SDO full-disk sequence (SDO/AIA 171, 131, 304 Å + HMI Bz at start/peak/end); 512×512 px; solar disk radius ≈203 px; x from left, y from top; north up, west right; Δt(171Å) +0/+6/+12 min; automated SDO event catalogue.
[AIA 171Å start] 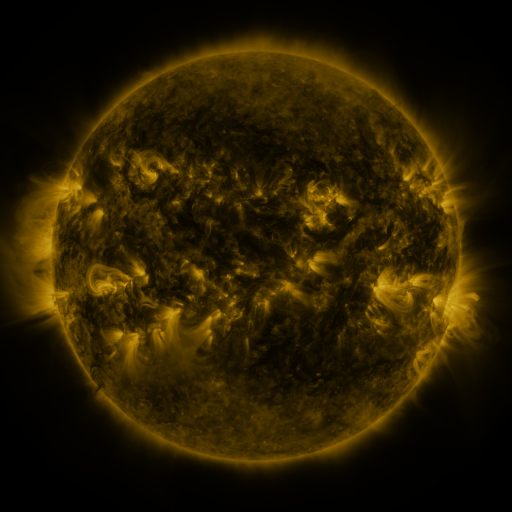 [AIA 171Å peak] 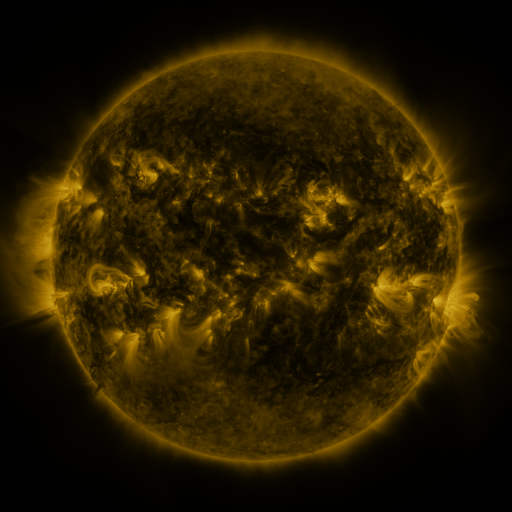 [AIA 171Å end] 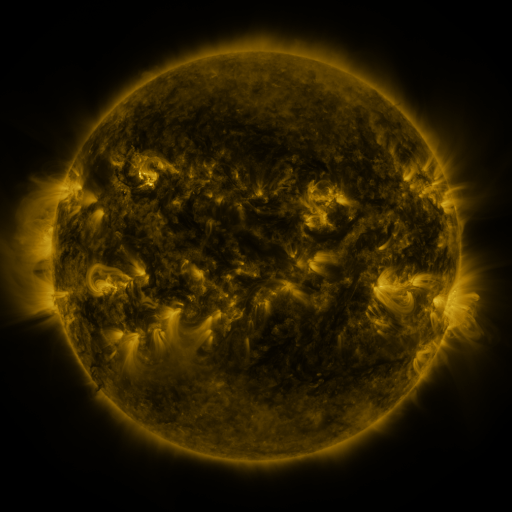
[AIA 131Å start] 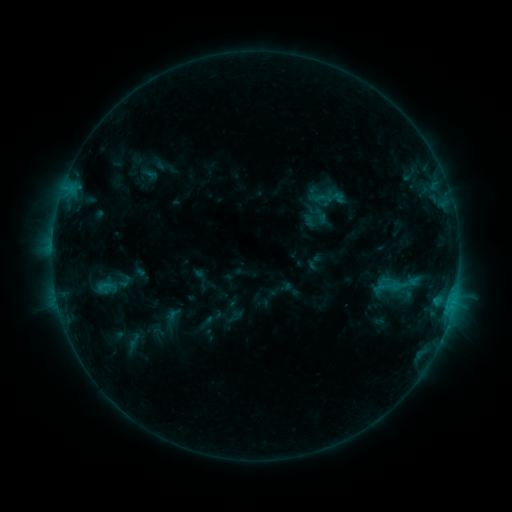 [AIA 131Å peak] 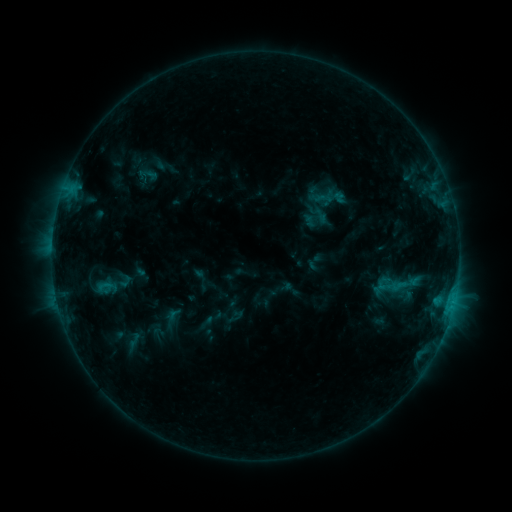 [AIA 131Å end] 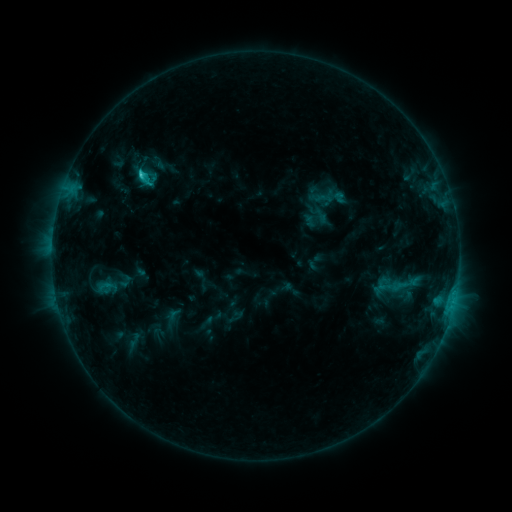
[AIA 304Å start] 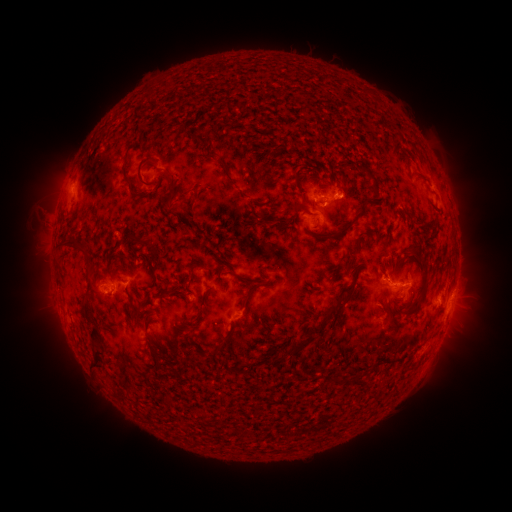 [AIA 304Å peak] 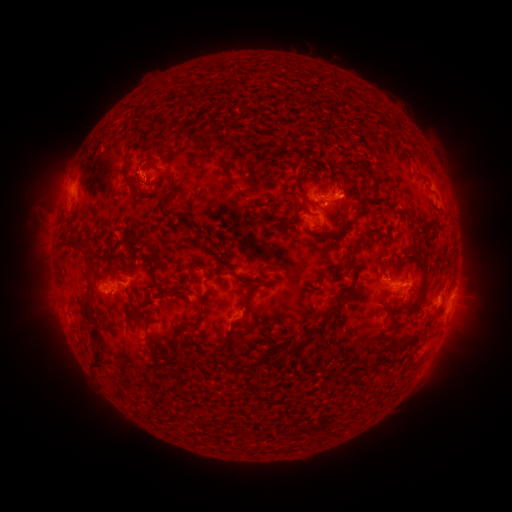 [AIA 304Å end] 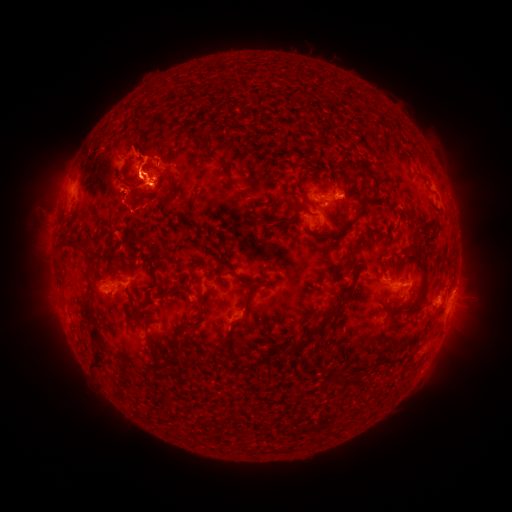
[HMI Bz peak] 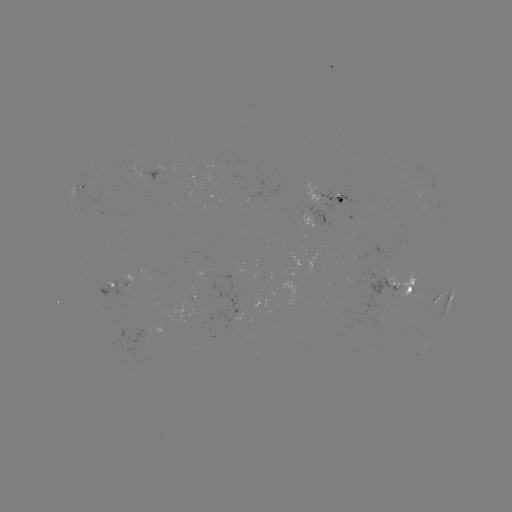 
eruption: [28, 130, 67, 211]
